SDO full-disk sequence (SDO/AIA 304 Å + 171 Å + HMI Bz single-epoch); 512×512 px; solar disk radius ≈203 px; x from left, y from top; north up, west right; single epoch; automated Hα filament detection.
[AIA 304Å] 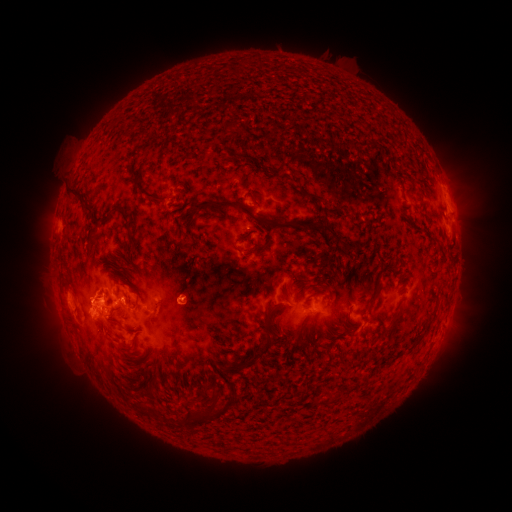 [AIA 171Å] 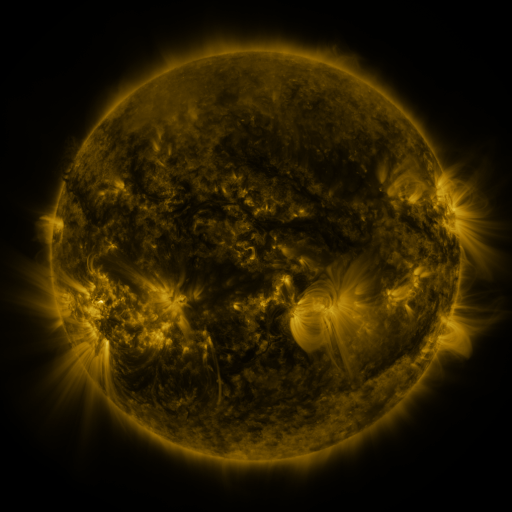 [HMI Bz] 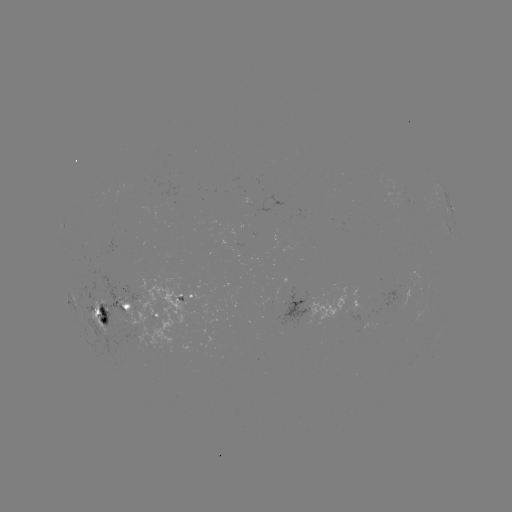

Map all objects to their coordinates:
filament: [236, 152, 257, 163]
filament: [134, 183, 143, 193]
filament: [68, 186, 82, 199]
filament: [196, 199, 270, 227]
filament: [118, 207, 134, 243]
filament: [302, 221, 342, 244]
filament: [85, 225, 101, 241]
filament: [236, 230, 253, 242]
filament: [279, 292, 288, 302]
filament: [367, 297, 376, 306]
filament: [266, 300, 277, 310]
filament: [93, 306, 118, 323]
filament: [380, 310, 404, 339]
filament: [261, 318, 273, 332]
filament: [423, 323, 431, 336]
filament: [294, 329, 301, 341]
filament: [239, 332, 284, 366]
filament: [141, 383, 151, 391]
filament: [207, 392, 218, 408]
filament: [179, 408, 195, 429]
